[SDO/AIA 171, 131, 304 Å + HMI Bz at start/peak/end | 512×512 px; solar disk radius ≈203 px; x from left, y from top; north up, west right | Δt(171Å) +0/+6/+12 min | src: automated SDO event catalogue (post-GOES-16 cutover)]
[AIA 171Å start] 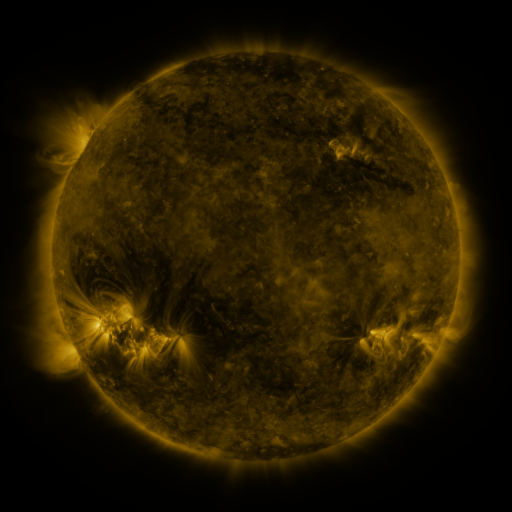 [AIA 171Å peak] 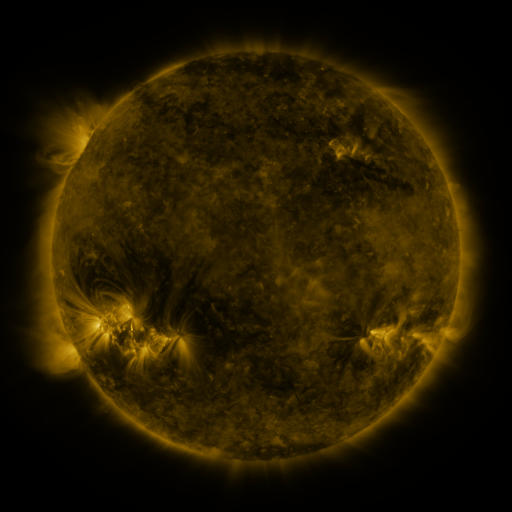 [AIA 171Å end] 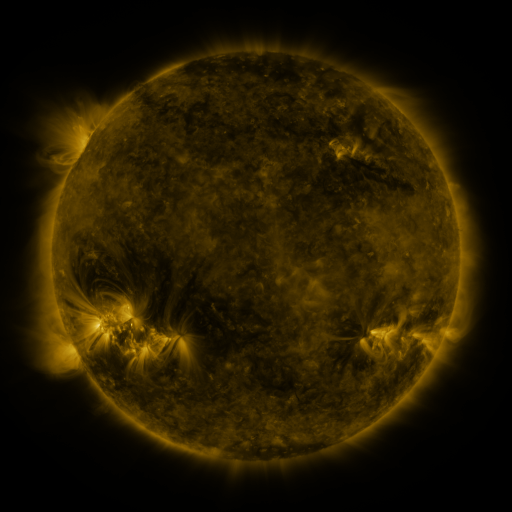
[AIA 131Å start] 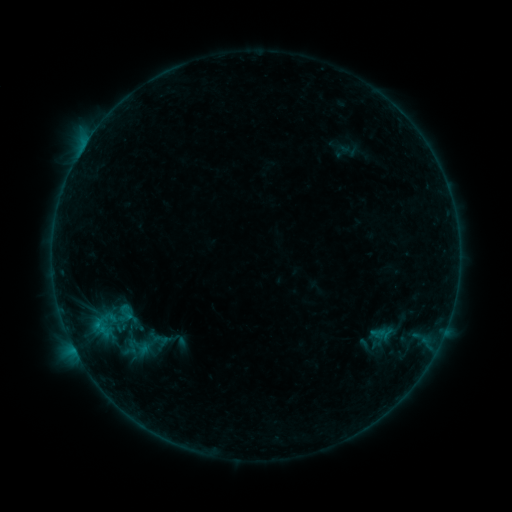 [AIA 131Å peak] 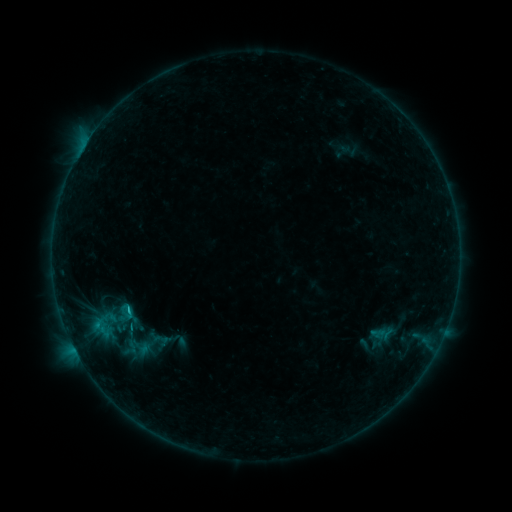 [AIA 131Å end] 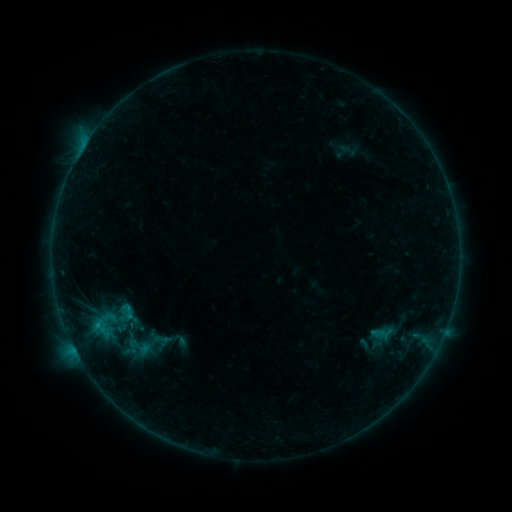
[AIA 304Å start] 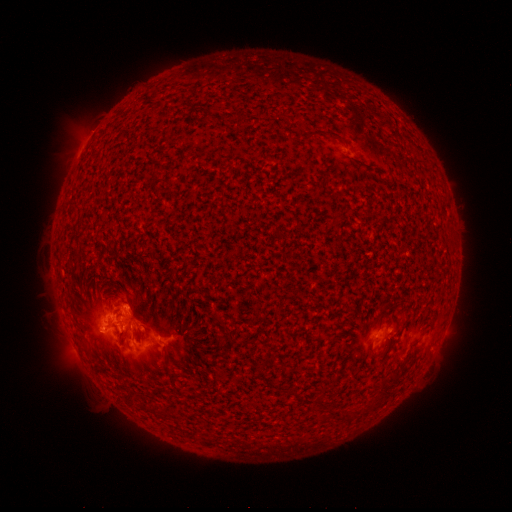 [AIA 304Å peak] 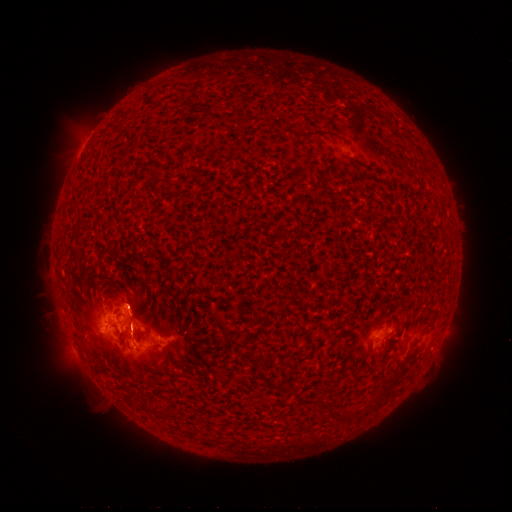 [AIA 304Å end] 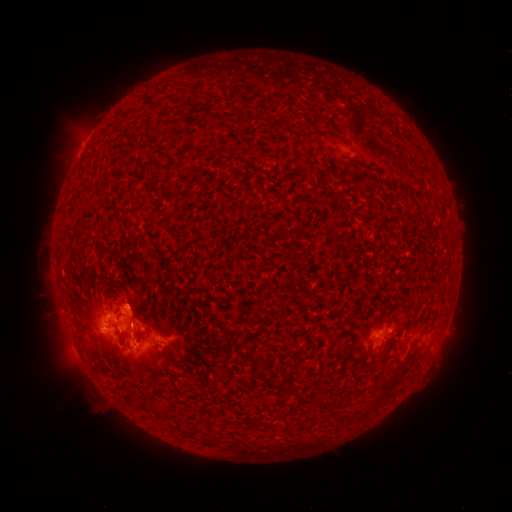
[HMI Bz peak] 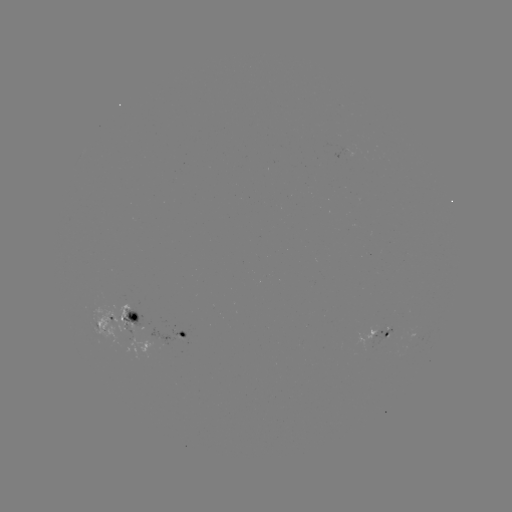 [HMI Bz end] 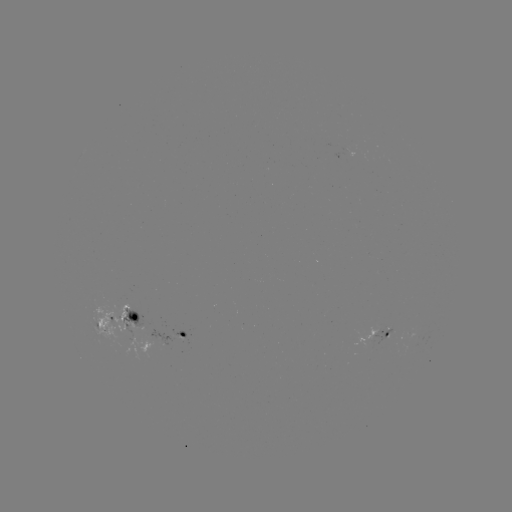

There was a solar flare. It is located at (128, 305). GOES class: C1.0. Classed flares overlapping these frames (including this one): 1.